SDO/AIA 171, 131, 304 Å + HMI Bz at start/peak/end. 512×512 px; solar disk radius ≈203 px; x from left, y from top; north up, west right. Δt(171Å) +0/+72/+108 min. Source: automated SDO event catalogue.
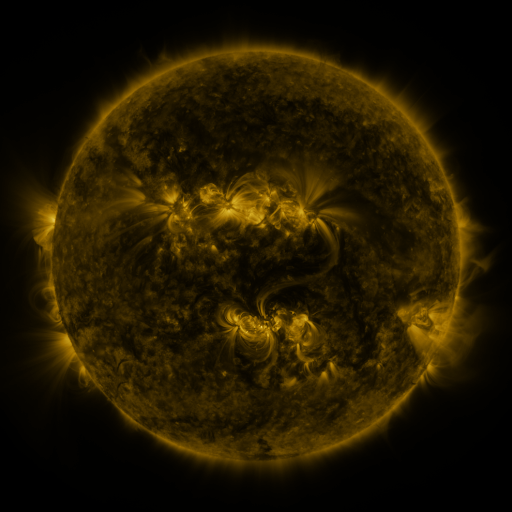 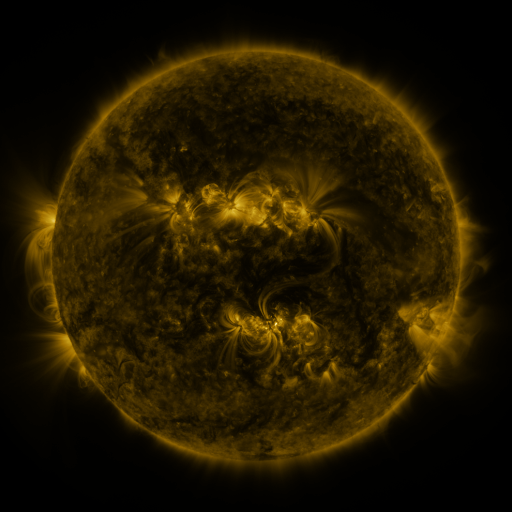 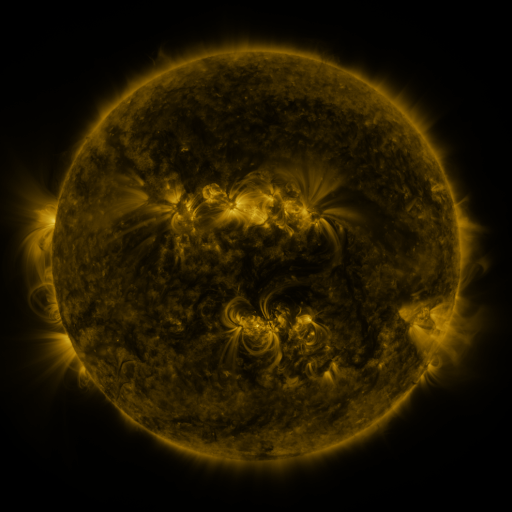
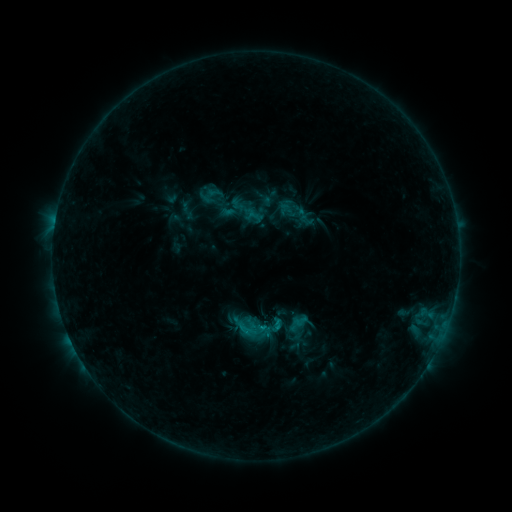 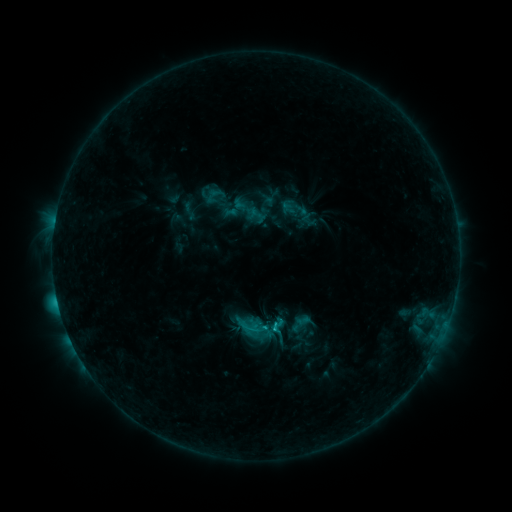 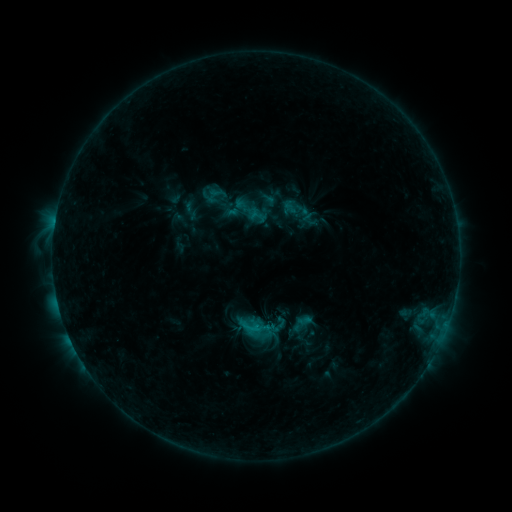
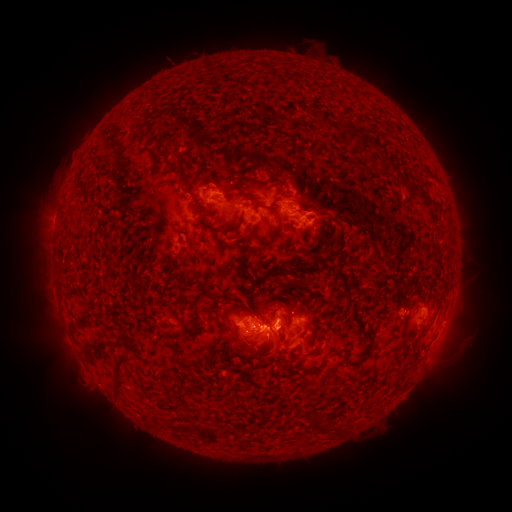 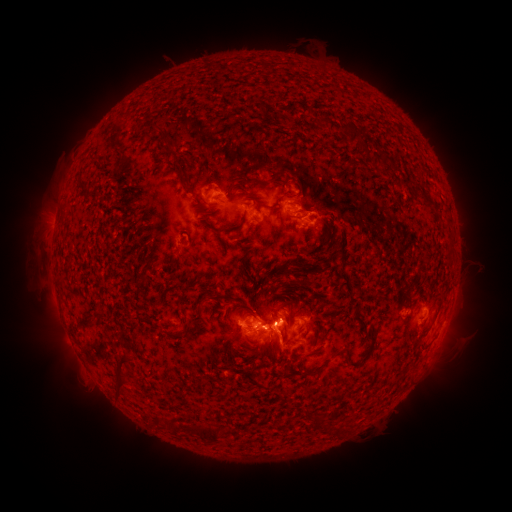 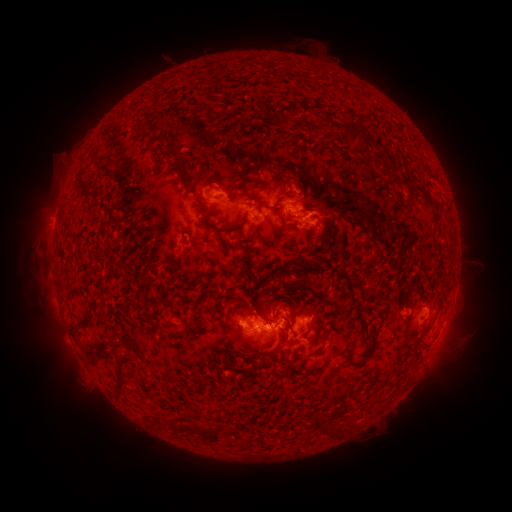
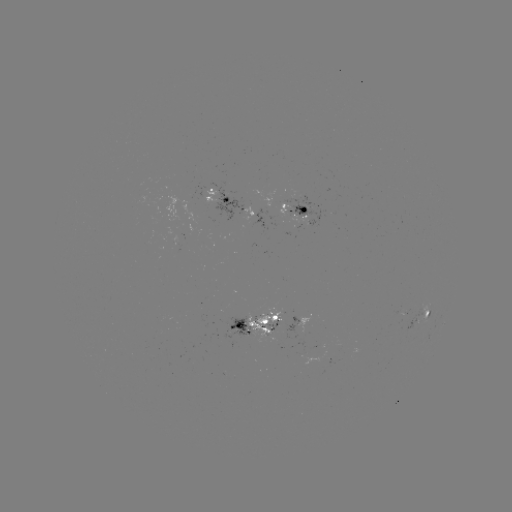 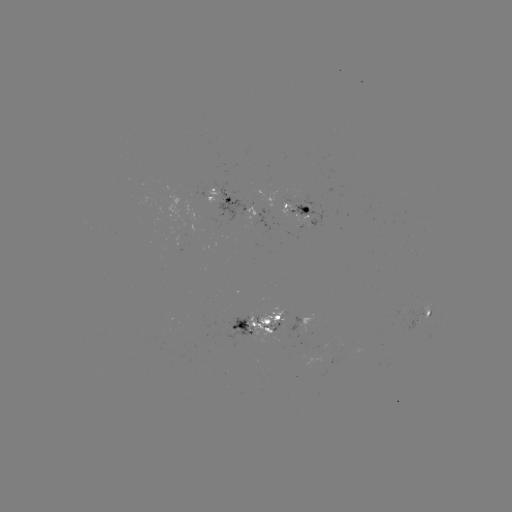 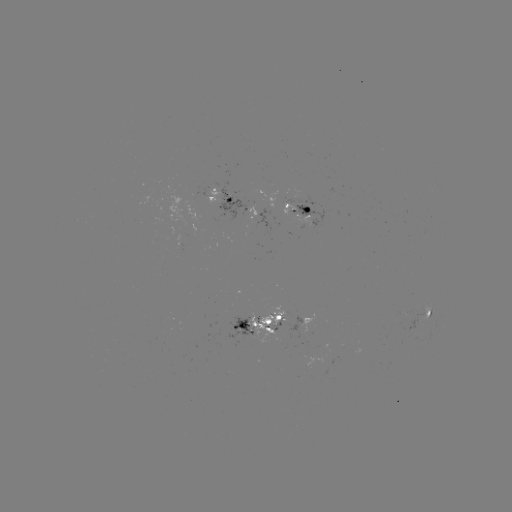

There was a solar emerging-flux region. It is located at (283, 204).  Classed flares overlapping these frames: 1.